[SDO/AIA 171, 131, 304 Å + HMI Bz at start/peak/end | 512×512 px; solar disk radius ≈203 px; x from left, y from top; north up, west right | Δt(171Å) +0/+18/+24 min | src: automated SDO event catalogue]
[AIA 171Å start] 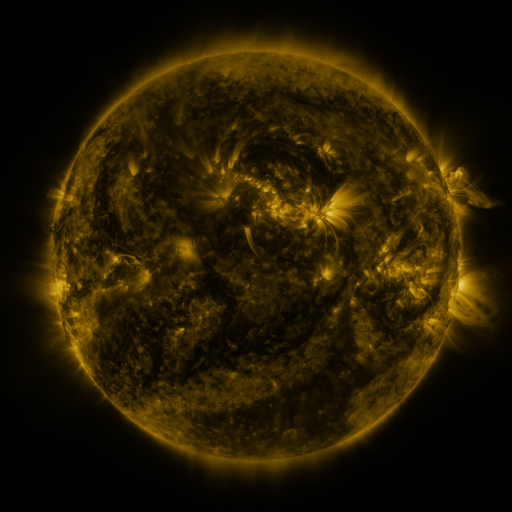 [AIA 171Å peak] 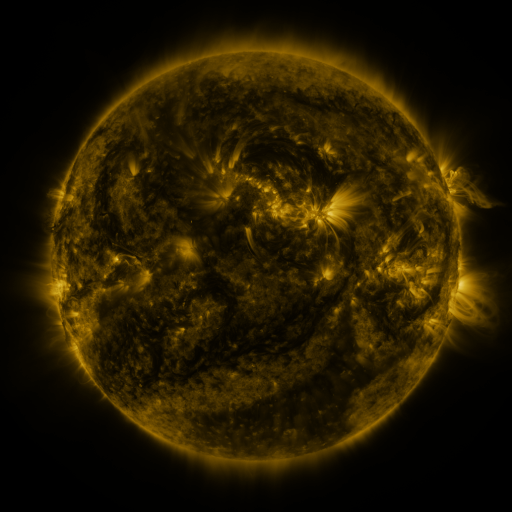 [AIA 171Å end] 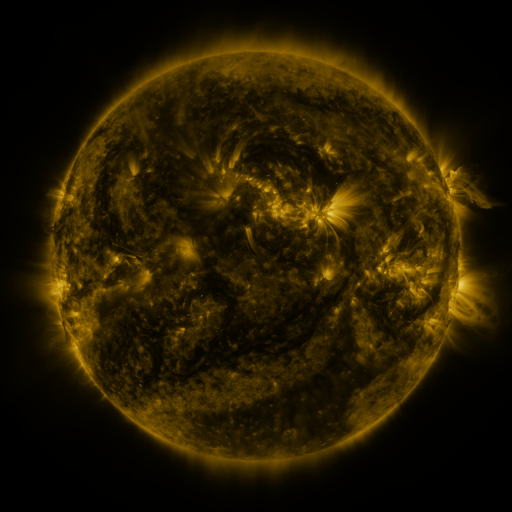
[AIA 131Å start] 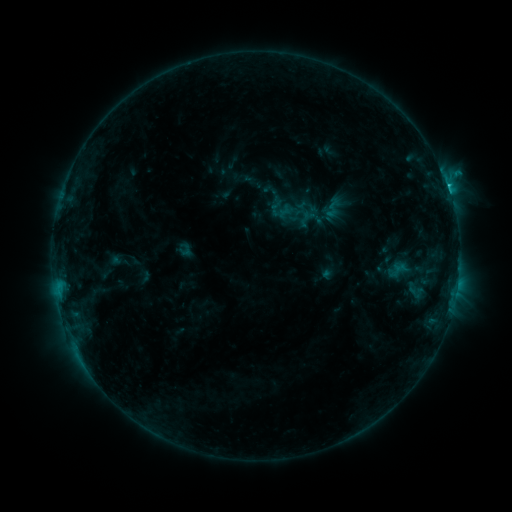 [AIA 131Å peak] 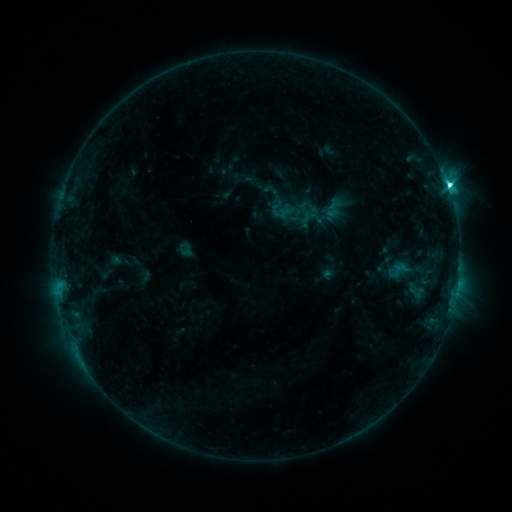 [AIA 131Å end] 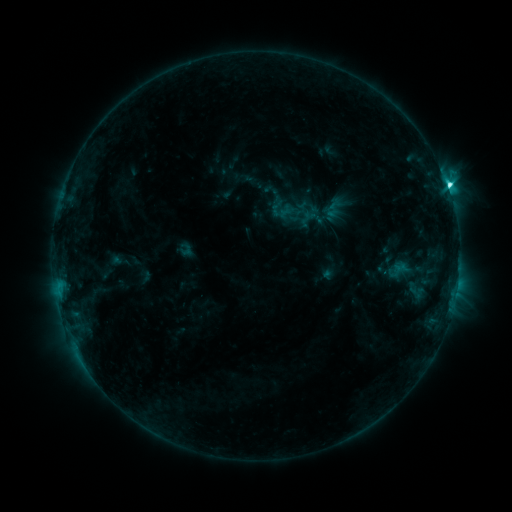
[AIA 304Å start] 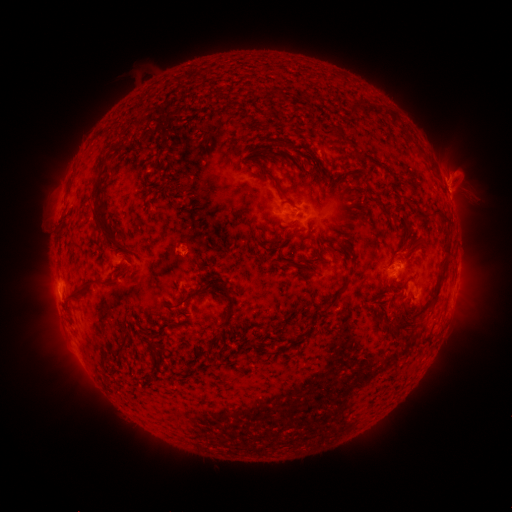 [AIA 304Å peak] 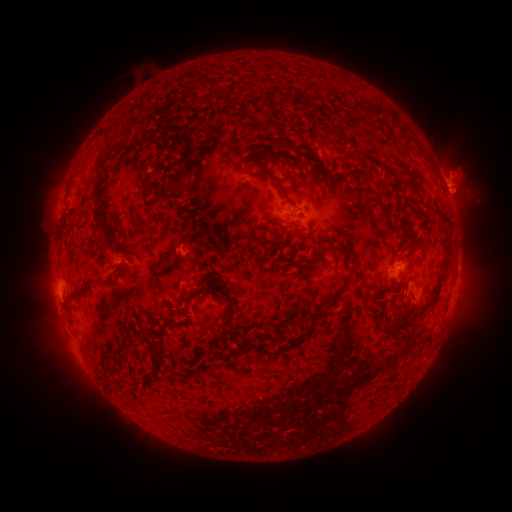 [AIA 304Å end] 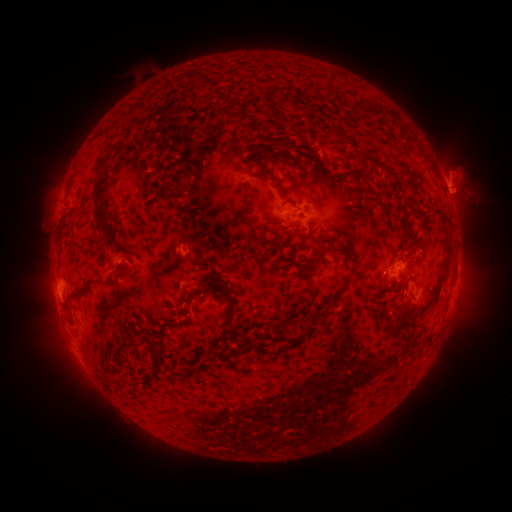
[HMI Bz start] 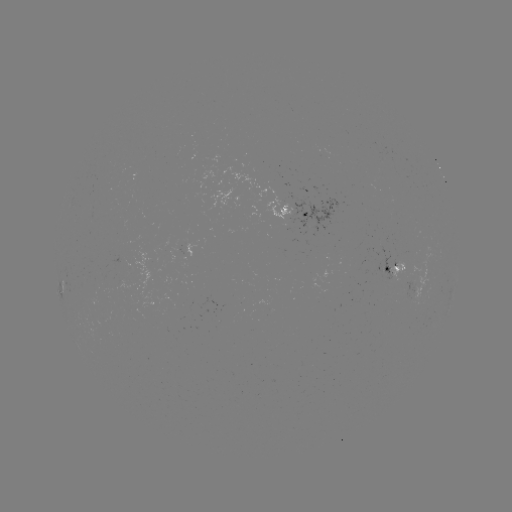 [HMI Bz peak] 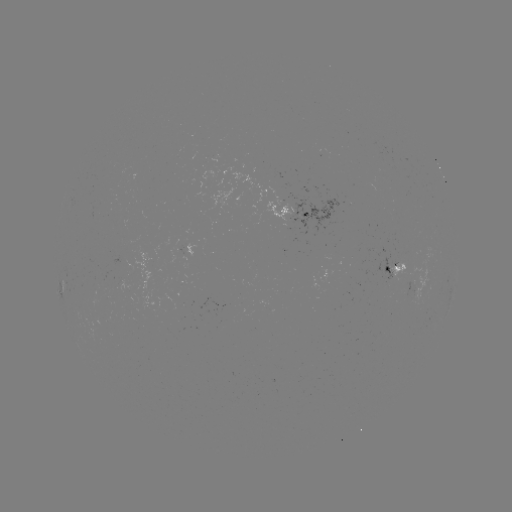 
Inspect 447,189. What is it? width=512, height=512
C6.0 flare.